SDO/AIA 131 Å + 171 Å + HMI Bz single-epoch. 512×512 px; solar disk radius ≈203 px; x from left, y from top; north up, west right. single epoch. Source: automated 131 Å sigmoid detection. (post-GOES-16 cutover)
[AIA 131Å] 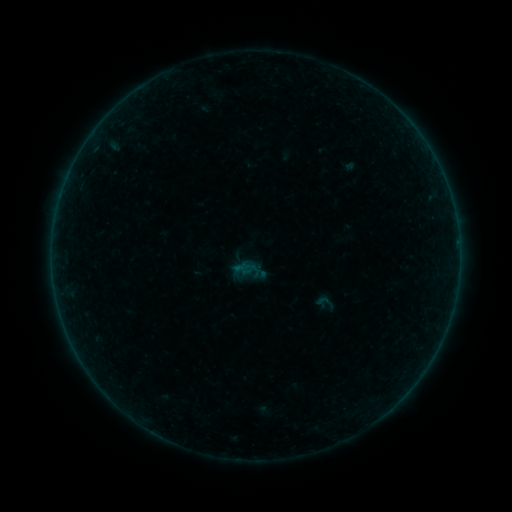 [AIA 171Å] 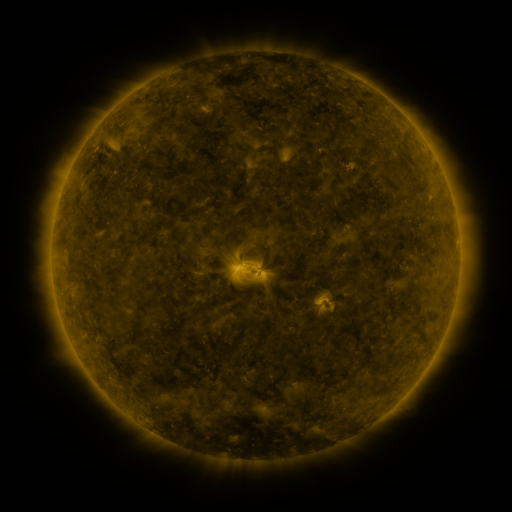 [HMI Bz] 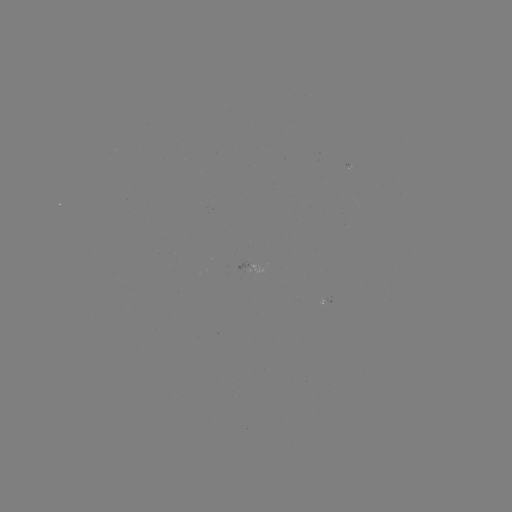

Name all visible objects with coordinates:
sigmoid: (326, 302)
